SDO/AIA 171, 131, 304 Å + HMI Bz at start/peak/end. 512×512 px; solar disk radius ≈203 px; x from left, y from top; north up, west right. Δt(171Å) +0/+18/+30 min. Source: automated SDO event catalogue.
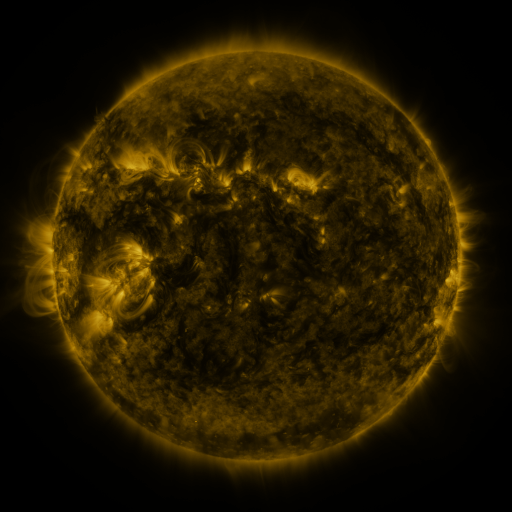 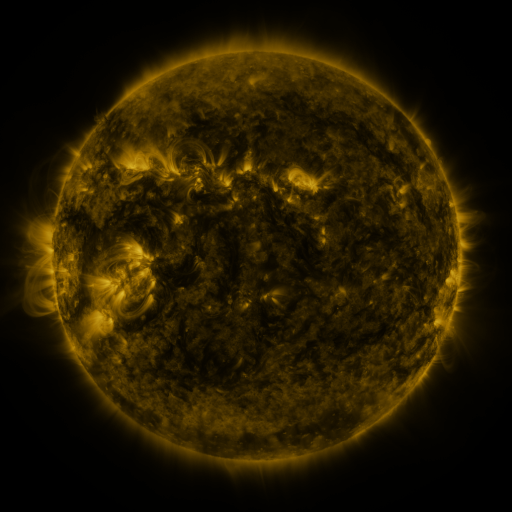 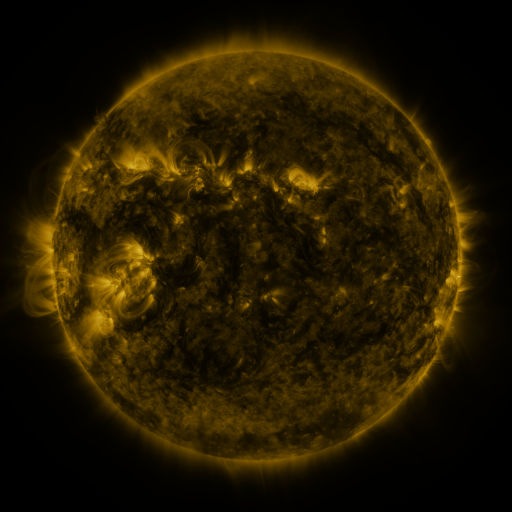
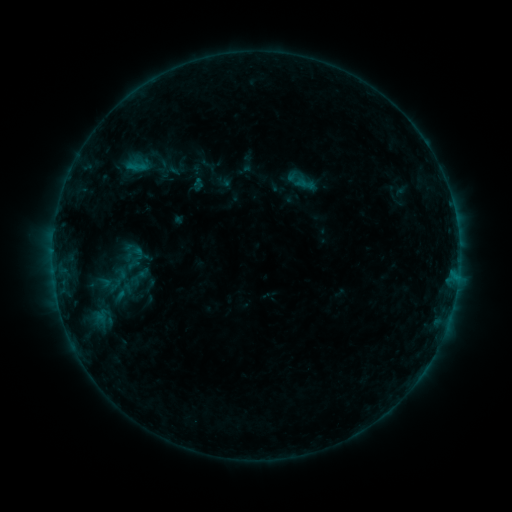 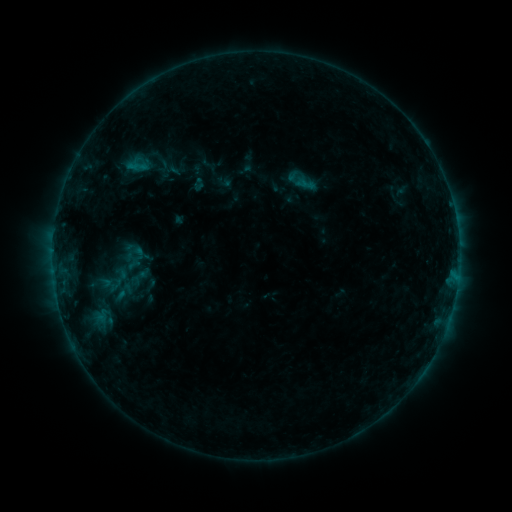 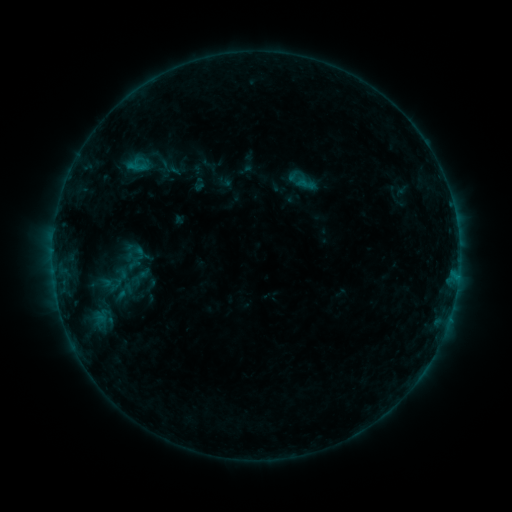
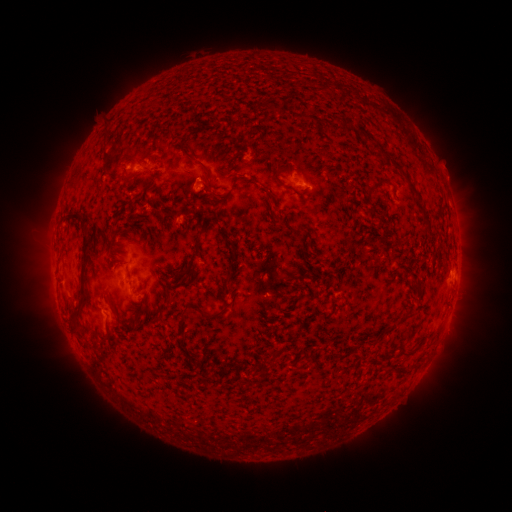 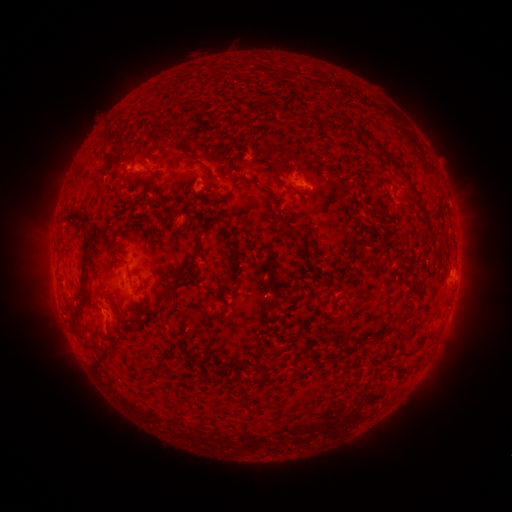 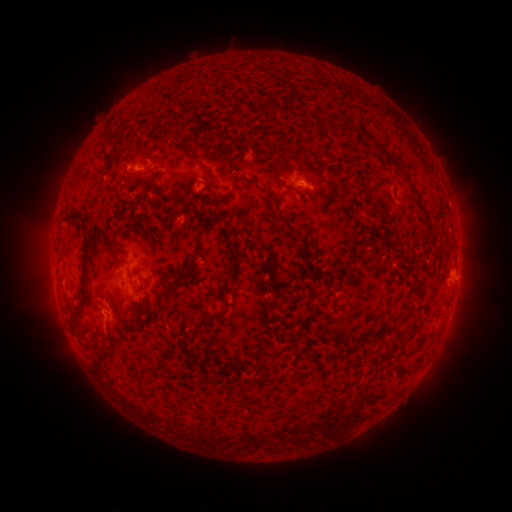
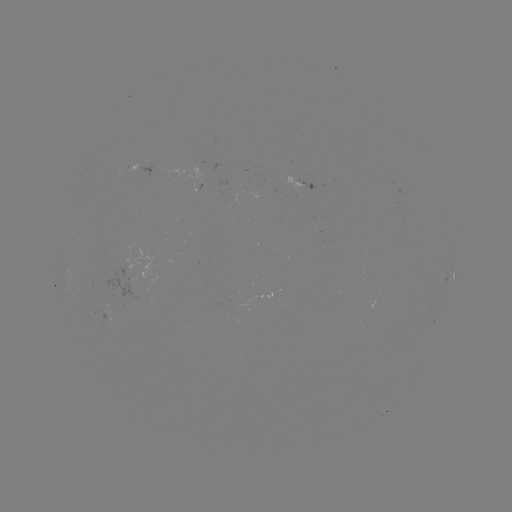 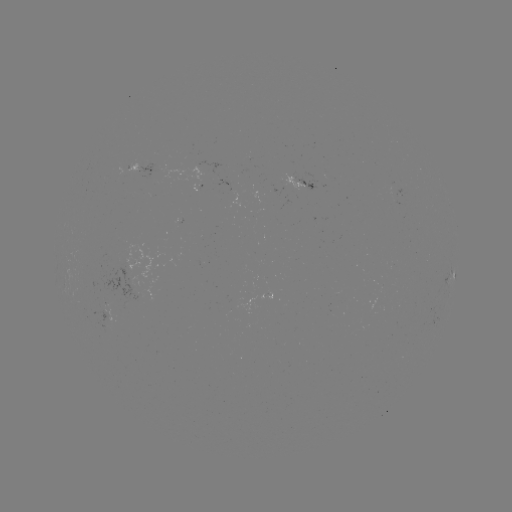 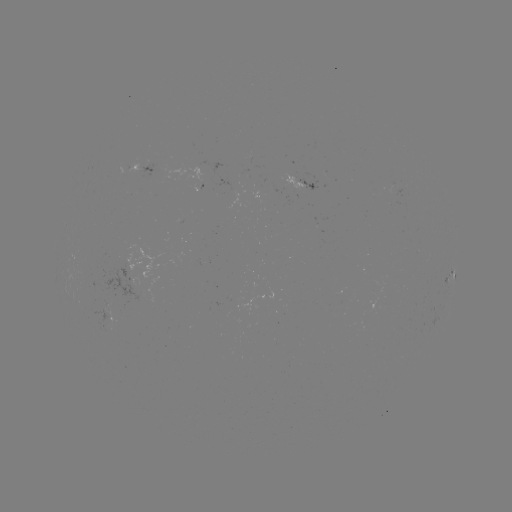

no catalogued flare and no flagged EUV brightening in this window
